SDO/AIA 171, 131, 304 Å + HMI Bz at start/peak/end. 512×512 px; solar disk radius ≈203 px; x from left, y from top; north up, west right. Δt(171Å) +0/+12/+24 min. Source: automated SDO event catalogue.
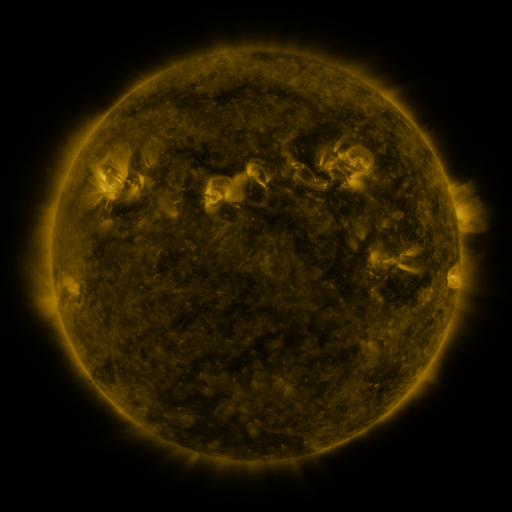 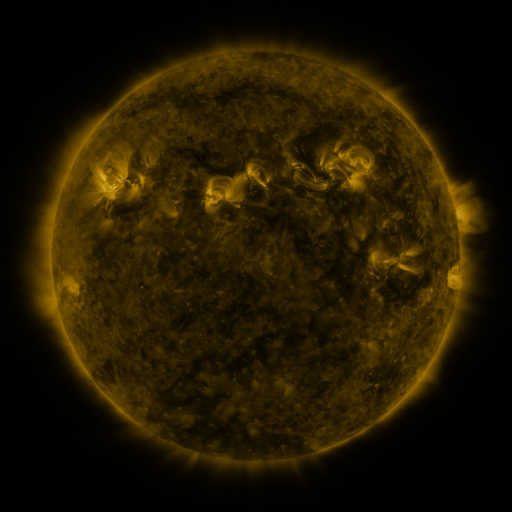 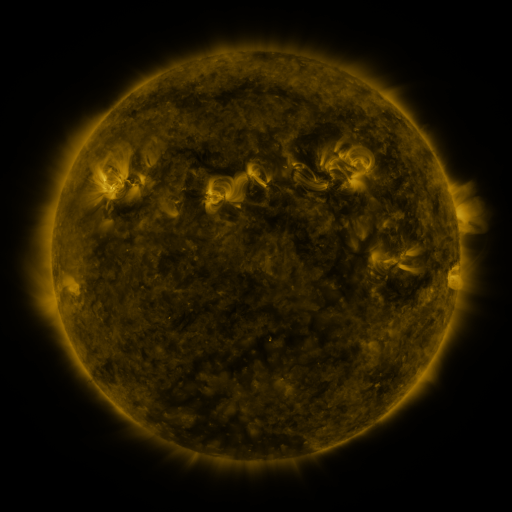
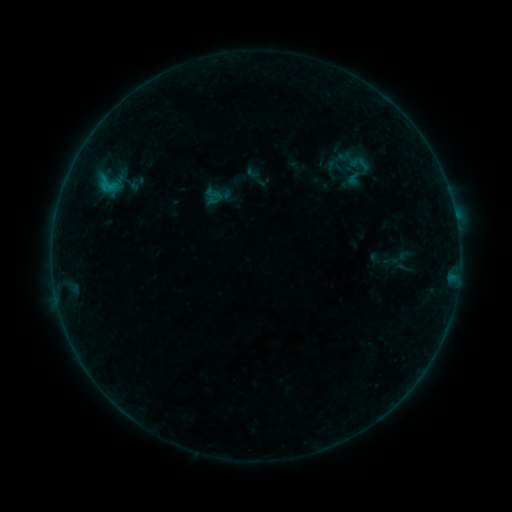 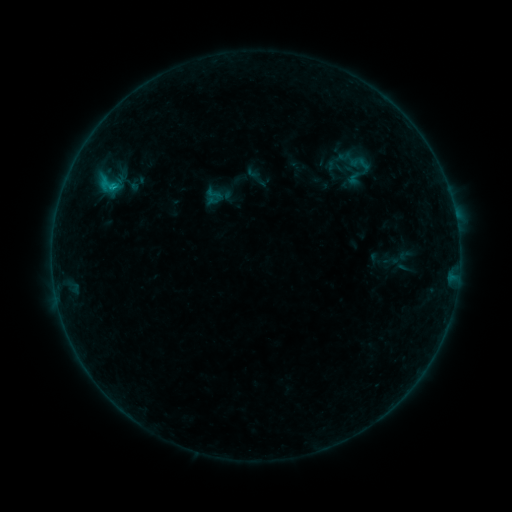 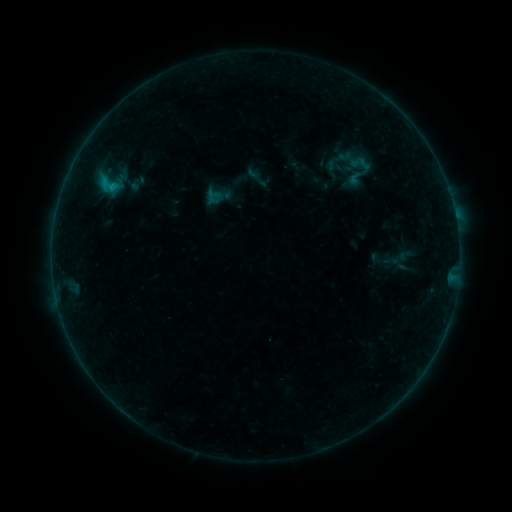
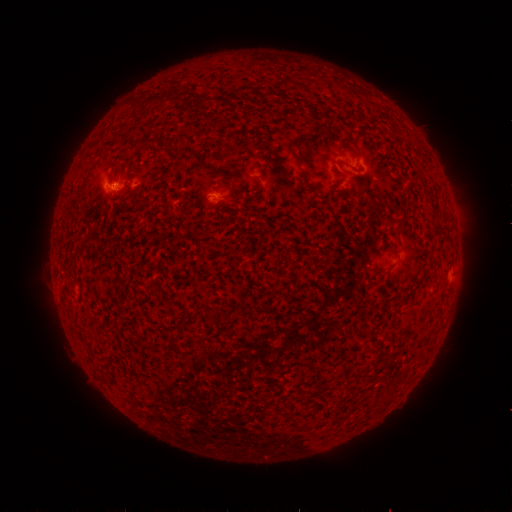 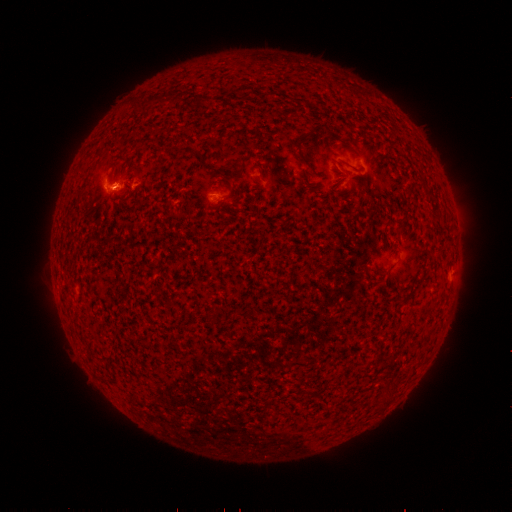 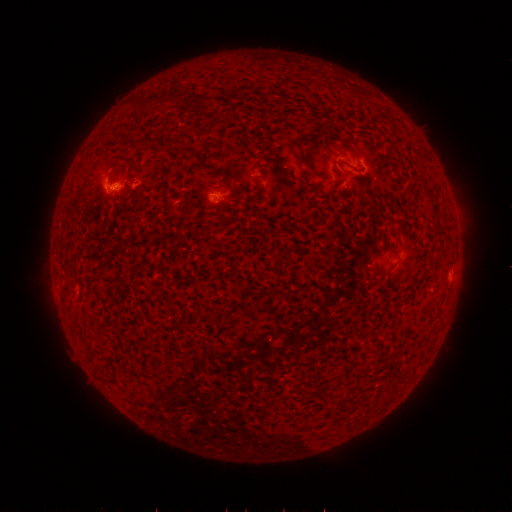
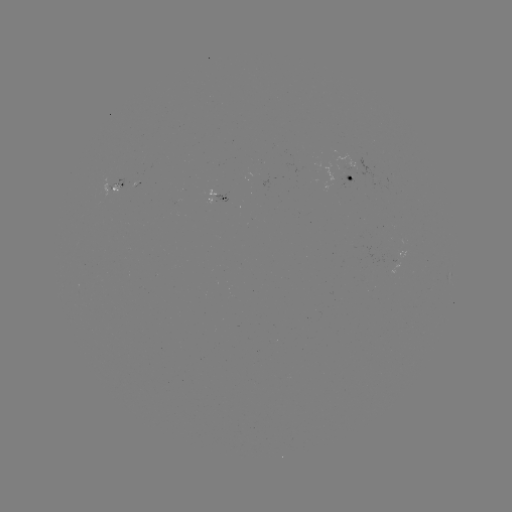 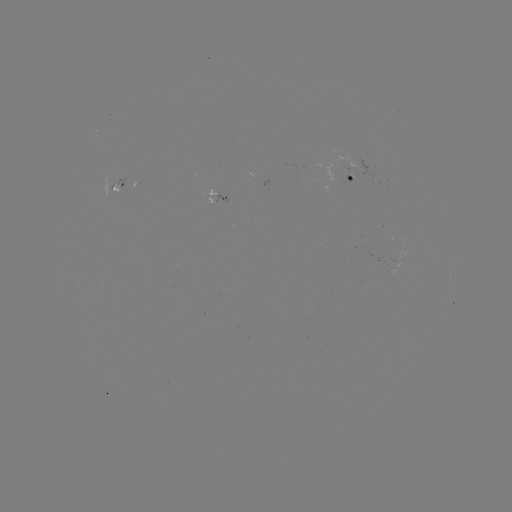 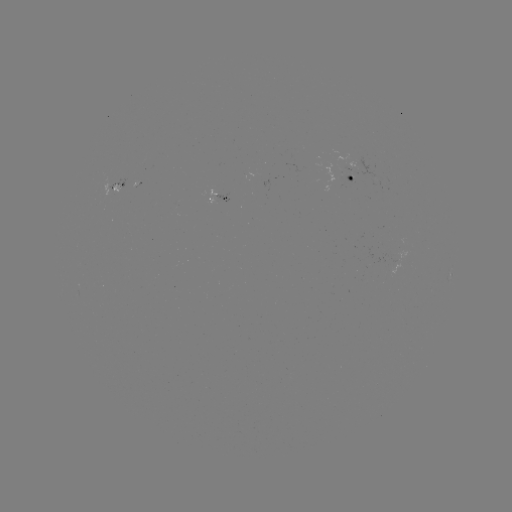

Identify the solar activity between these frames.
B5.1 flare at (114, 186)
